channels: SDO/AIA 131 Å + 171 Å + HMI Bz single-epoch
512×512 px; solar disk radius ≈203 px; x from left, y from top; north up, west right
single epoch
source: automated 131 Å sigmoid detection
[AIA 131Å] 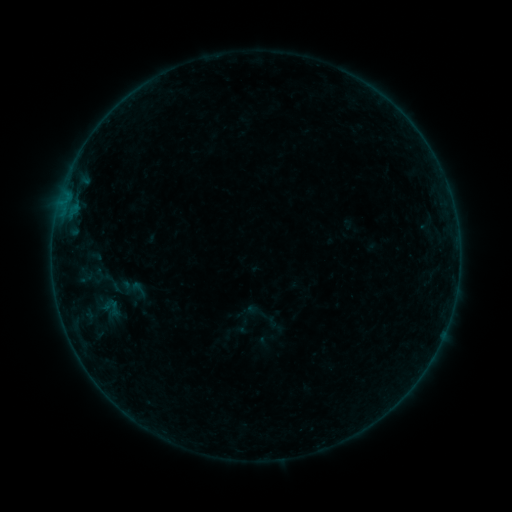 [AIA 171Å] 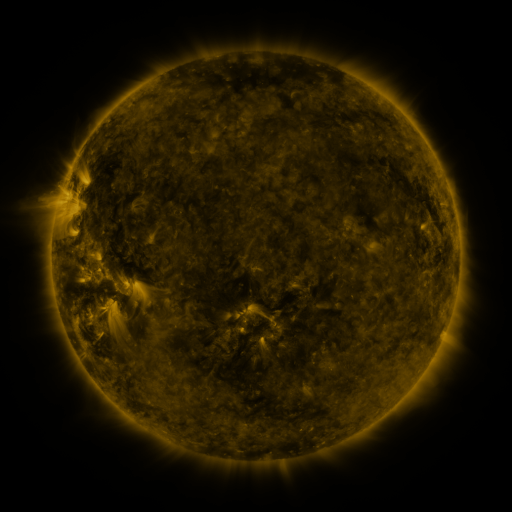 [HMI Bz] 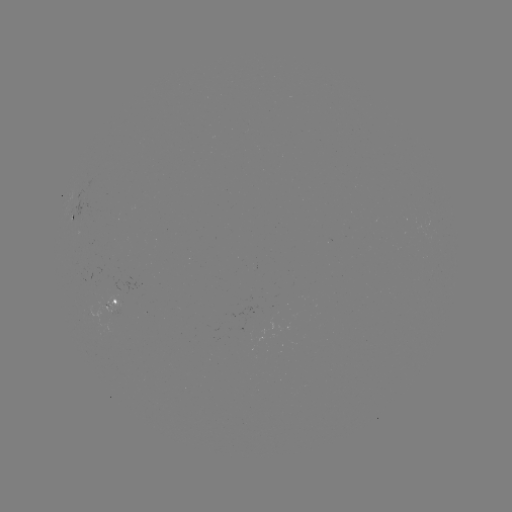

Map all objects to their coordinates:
sigmoid: (106, 280)
sigmoid: (138, 289)
